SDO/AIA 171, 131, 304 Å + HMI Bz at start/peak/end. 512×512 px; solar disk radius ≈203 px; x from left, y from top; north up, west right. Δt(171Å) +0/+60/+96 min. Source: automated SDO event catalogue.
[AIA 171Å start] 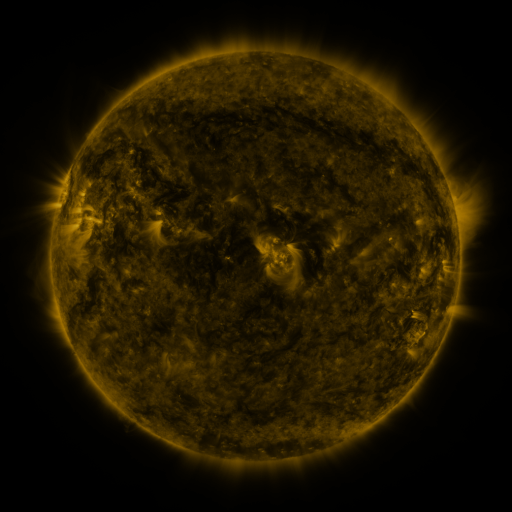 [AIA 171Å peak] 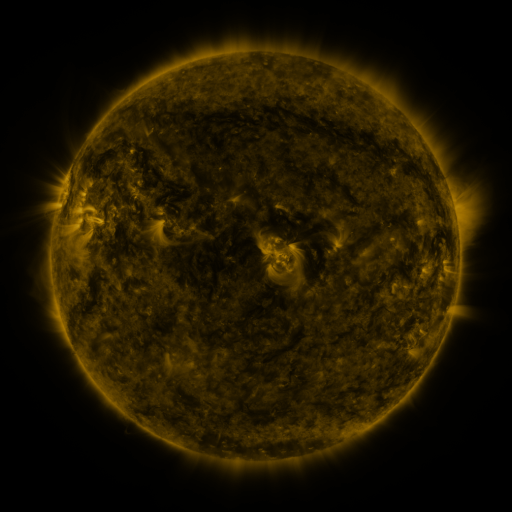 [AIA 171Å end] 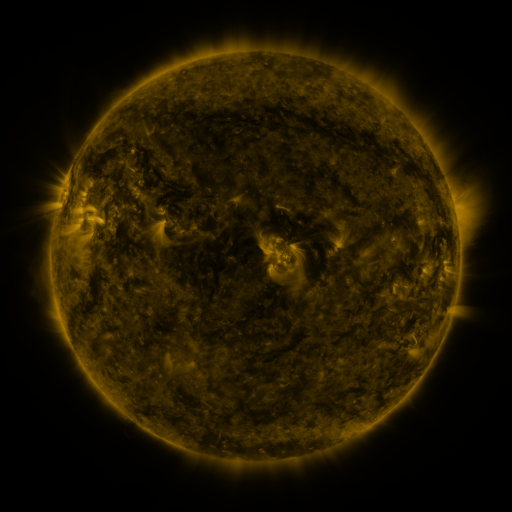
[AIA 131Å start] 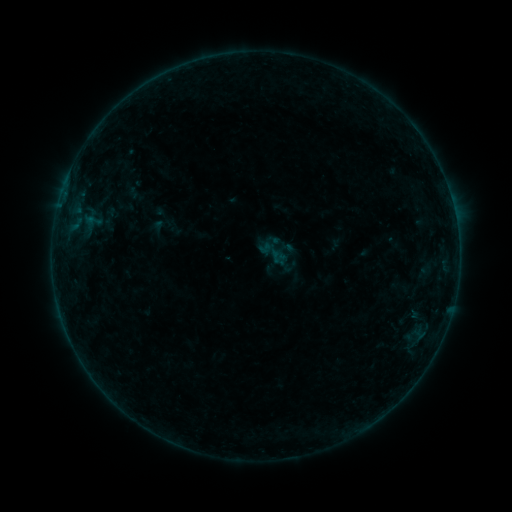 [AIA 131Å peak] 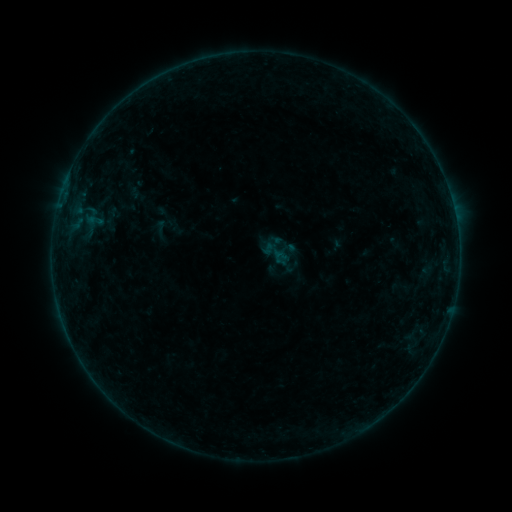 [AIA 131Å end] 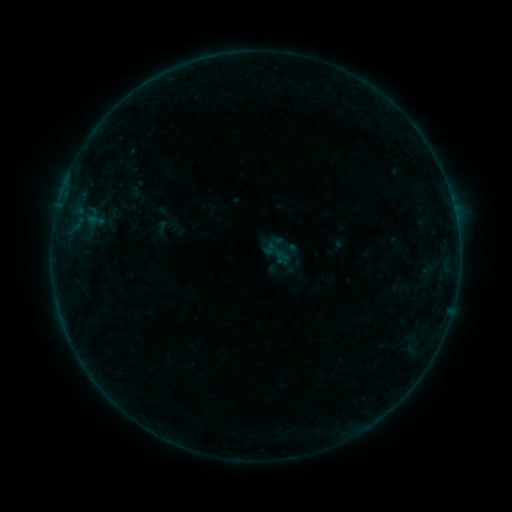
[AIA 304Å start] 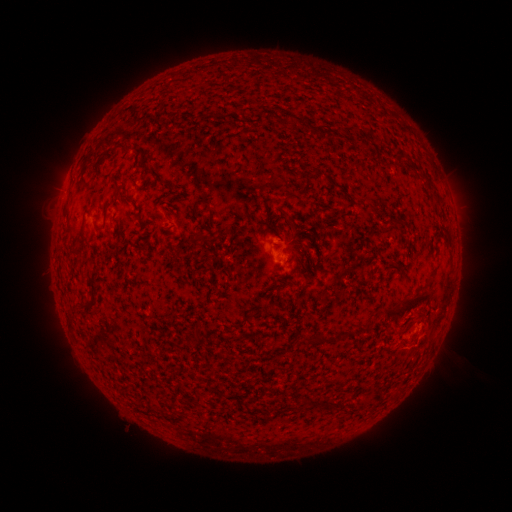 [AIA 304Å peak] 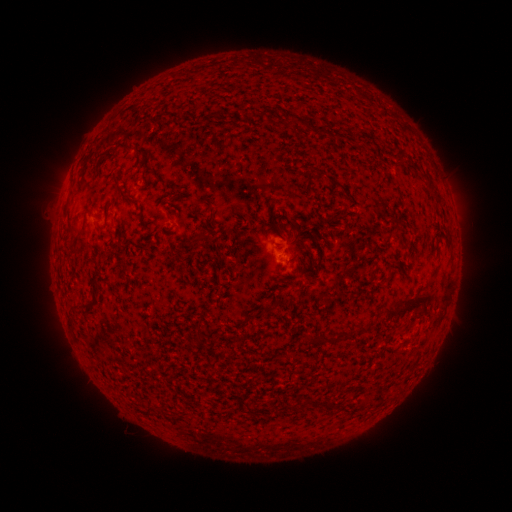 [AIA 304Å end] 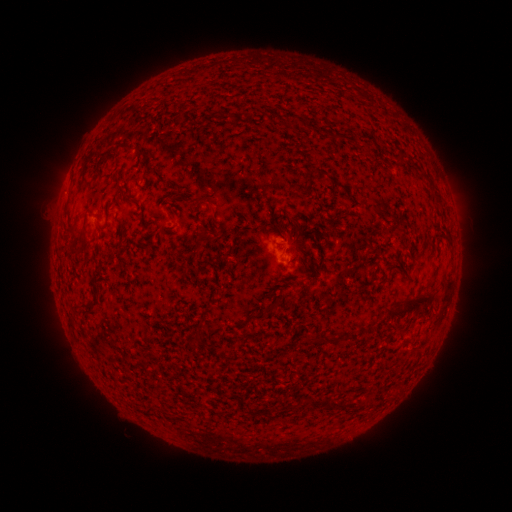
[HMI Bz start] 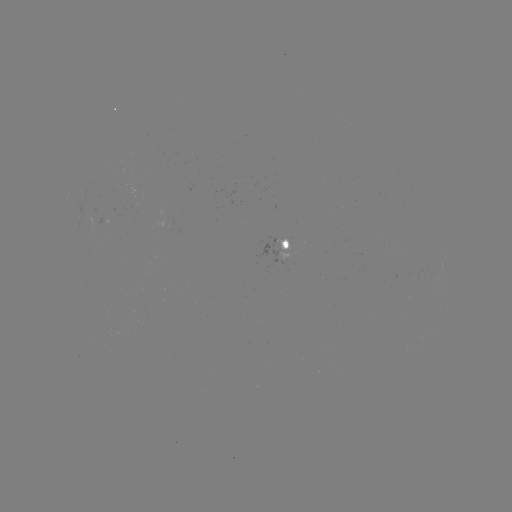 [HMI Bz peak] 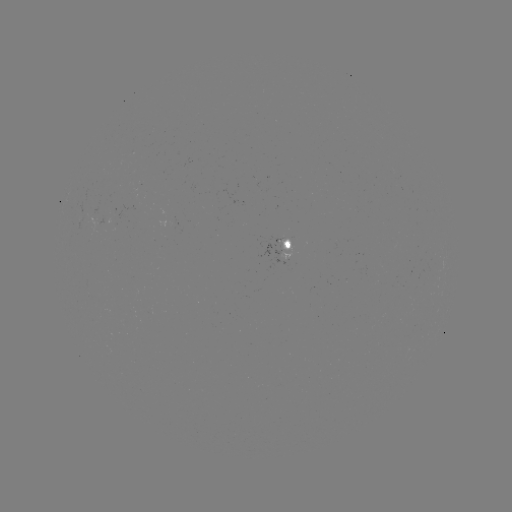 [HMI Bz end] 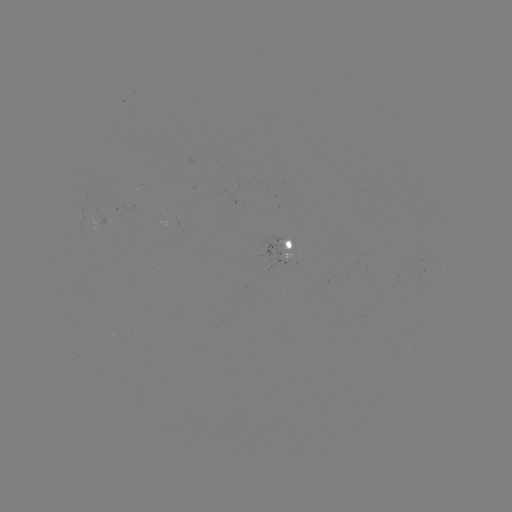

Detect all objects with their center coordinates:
emerging-flux region: (277, 248)
